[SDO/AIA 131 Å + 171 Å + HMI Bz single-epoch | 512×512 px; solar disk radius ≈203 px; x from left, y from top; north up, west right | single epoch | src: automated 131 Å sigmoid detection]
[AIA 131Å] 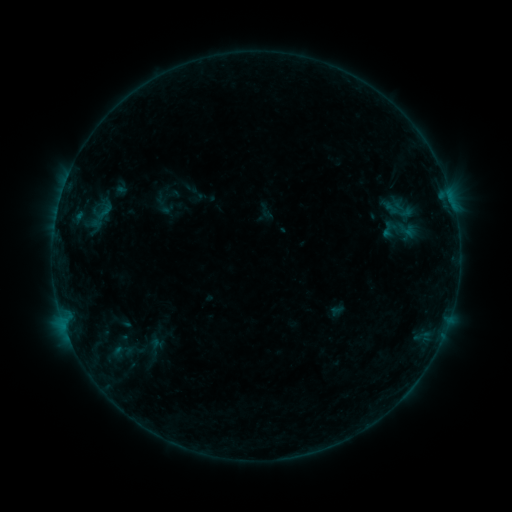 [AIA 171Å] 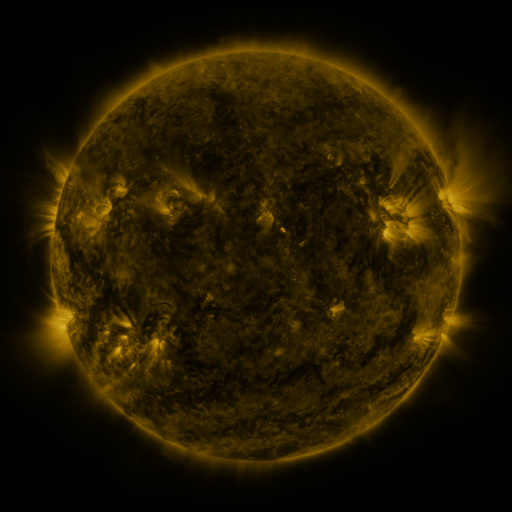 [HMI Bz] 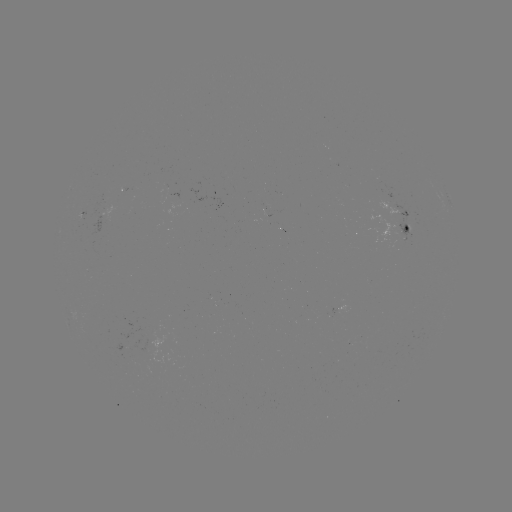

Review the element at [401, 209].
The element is sigmoid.